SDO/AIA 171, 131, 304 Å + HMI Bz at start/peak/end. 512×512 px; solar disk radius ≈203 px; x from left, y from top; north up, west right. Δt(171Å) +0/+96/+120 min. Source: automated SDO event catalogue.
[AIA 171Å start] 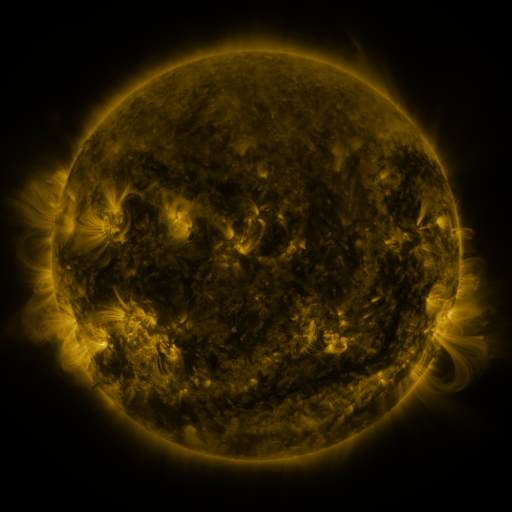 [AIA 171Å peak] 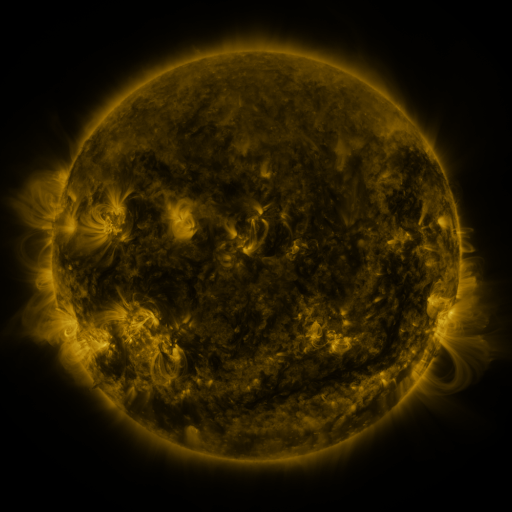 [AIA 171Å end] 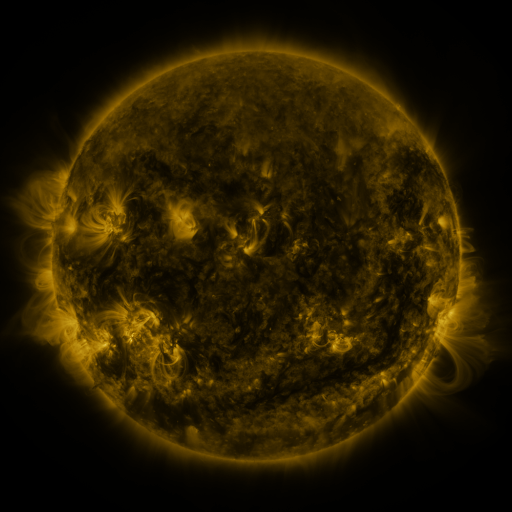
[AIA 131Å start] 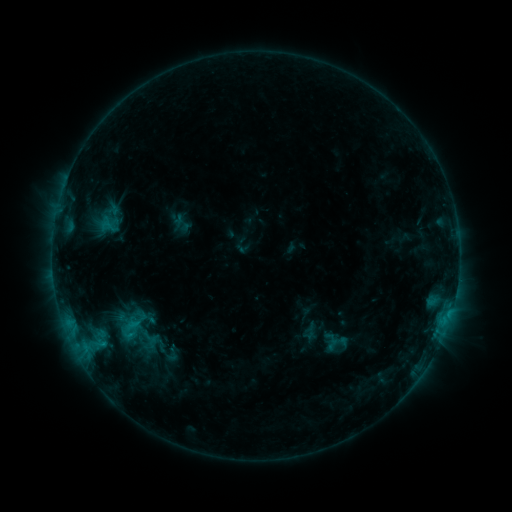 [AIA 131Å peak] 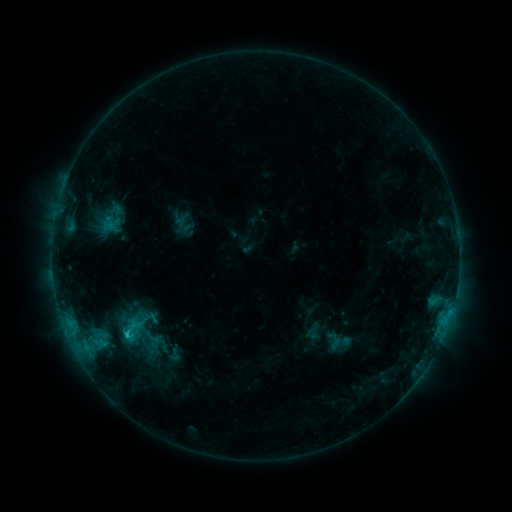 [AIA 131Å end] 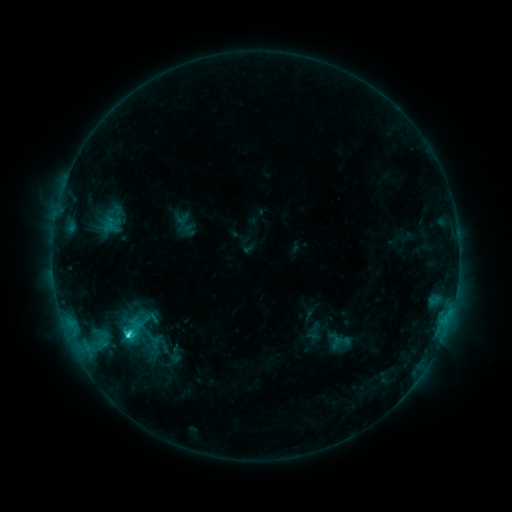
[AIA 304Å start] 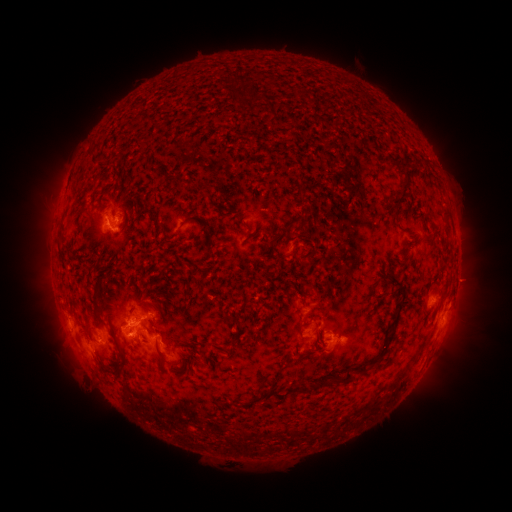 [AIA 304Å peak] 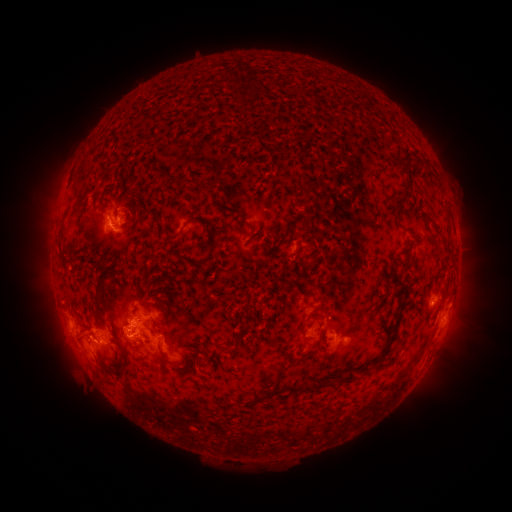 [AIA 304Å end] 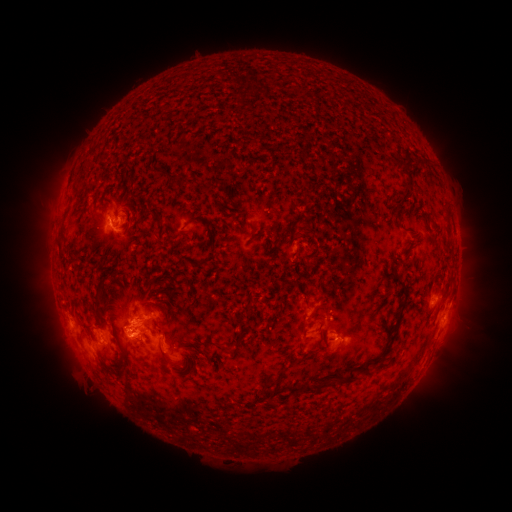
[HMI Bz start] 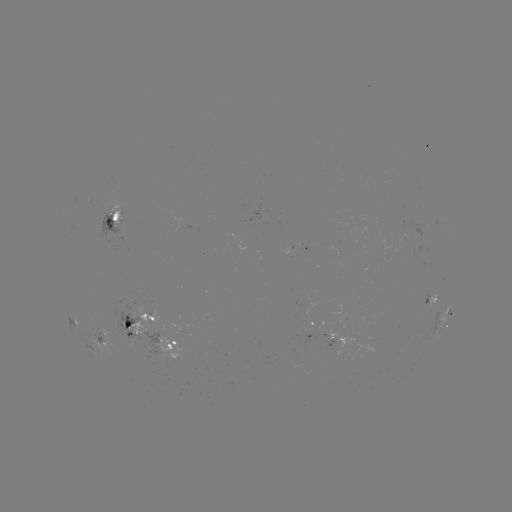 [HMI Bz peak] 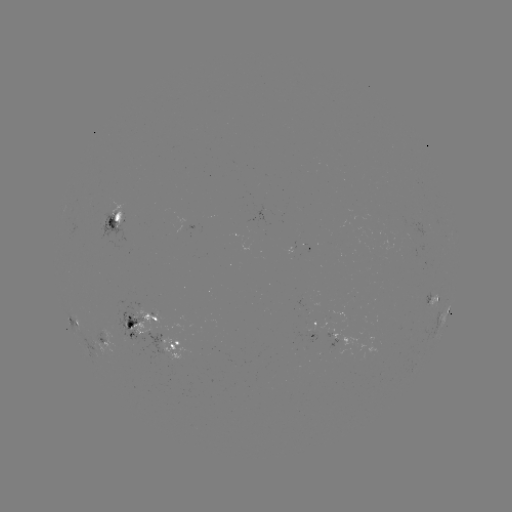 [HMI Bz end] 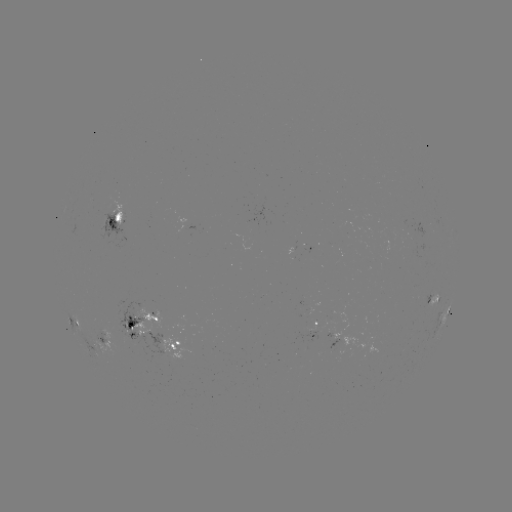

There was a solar emerging-flux region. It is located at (333, 246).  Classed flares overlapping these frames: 1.